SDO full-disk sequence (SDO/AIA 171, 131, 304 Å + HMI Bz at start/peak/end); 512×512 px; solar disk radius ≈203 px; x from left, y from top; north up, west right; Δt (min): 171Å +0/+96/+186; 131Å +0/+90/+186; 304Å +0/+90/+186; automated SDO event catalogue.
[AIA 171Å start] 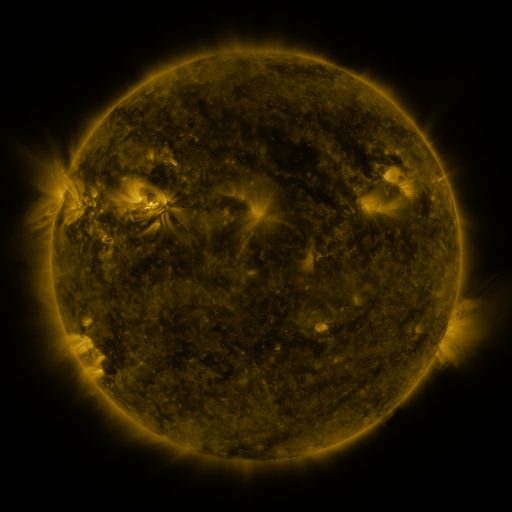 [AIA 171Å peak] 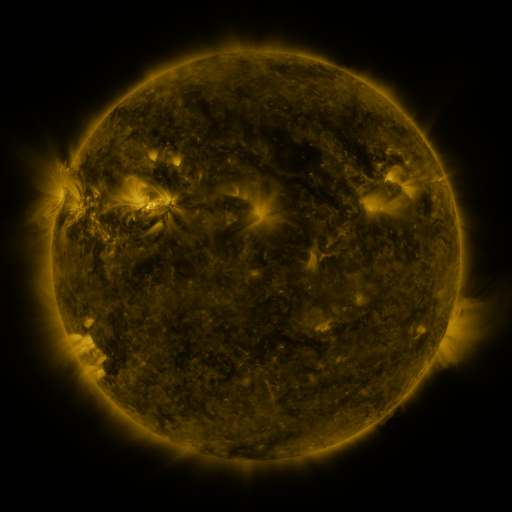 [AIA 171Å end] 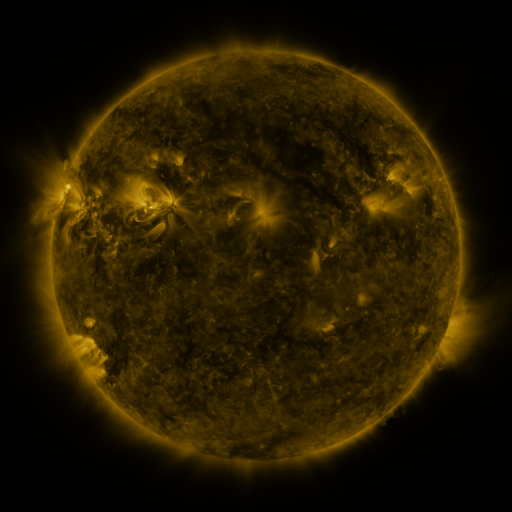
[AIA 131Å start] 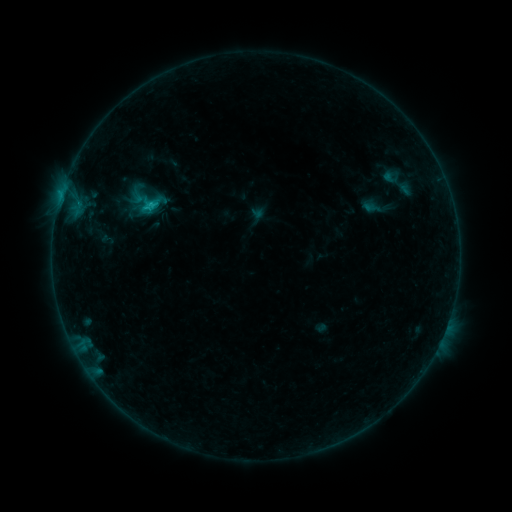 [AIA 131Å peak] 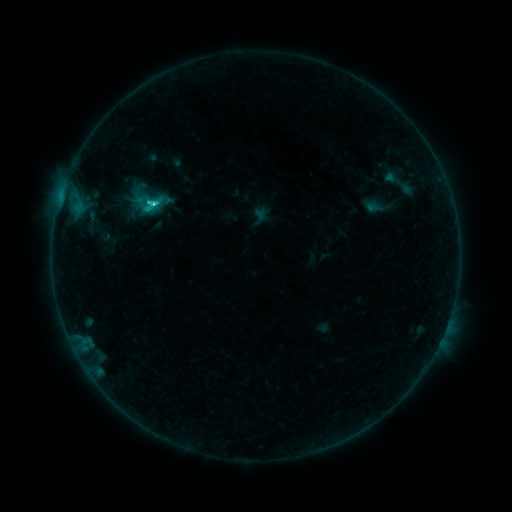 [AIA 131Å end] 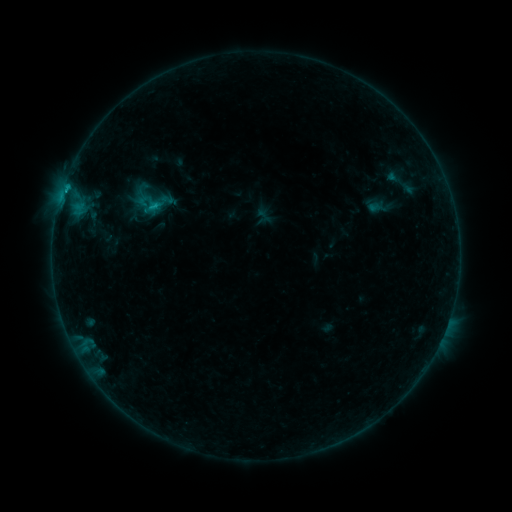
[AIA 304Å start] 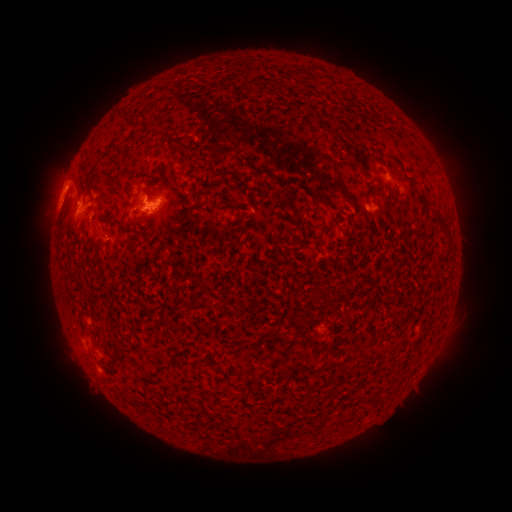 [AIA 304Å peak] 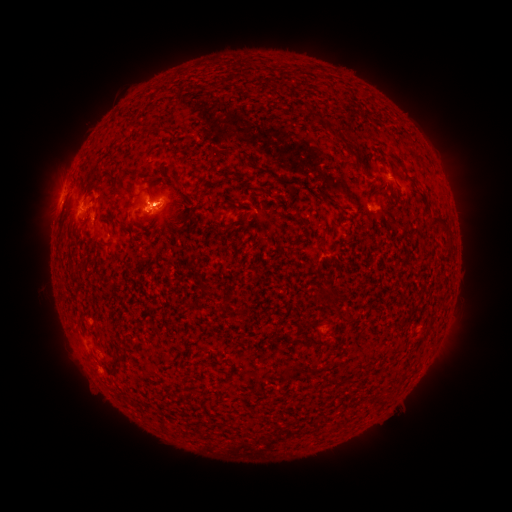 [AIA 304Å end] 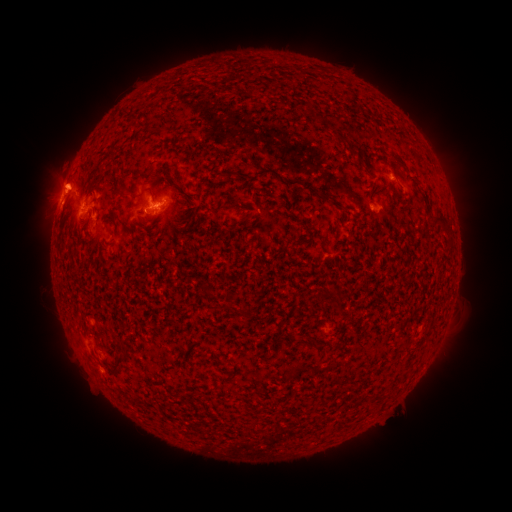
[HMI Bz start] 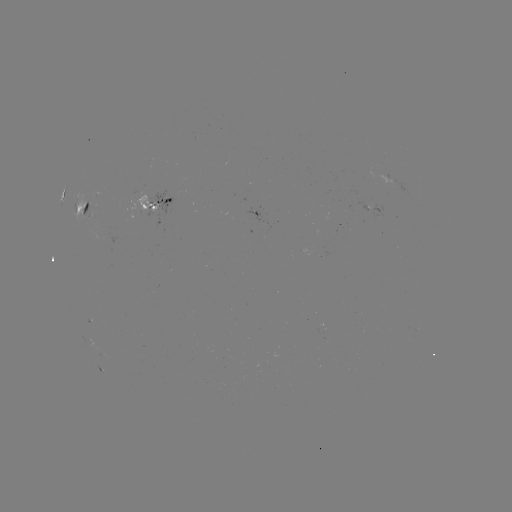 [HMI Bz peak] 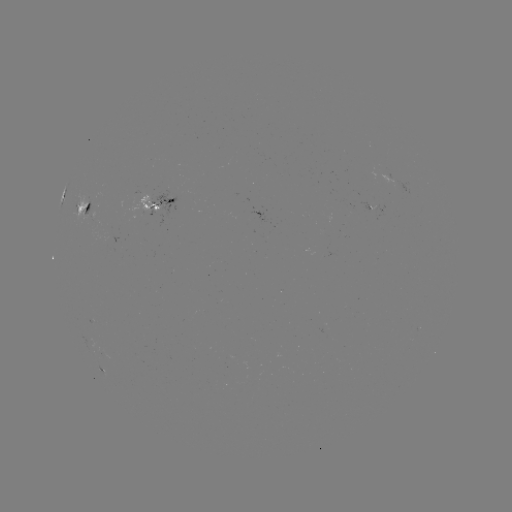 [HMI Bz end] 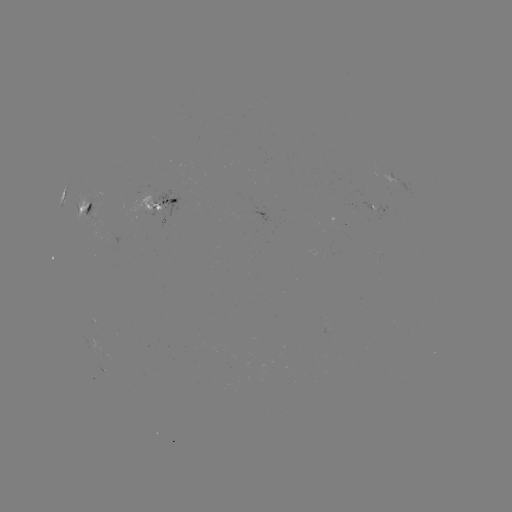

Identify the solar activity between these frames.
filament eruption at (210, 155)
